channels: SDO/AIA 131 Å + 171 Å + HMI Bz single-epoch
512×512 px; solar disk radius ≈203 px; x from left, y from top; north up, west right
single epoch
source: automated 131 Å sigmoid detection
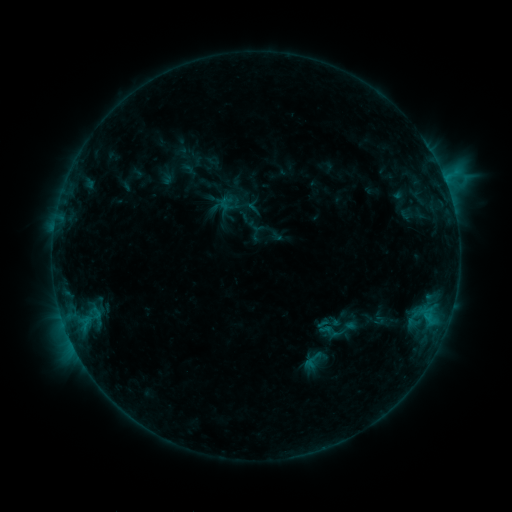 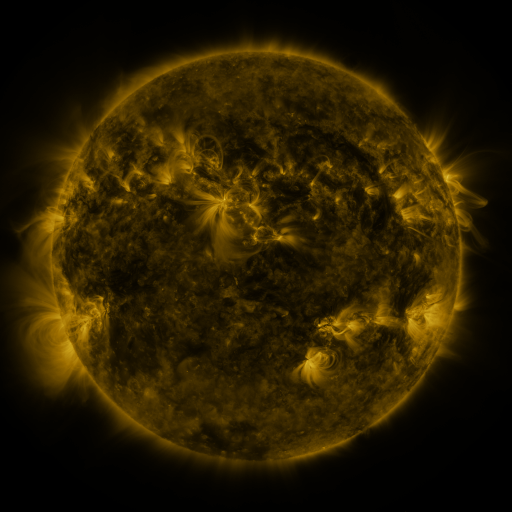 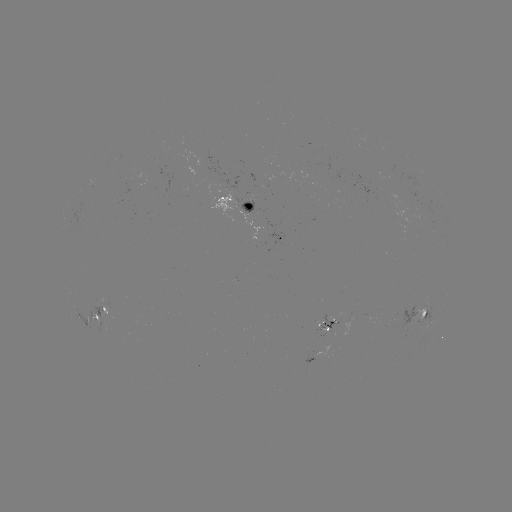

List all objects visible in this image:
sigmoid: <bbox>322, 321, 346, 346</bbox>
